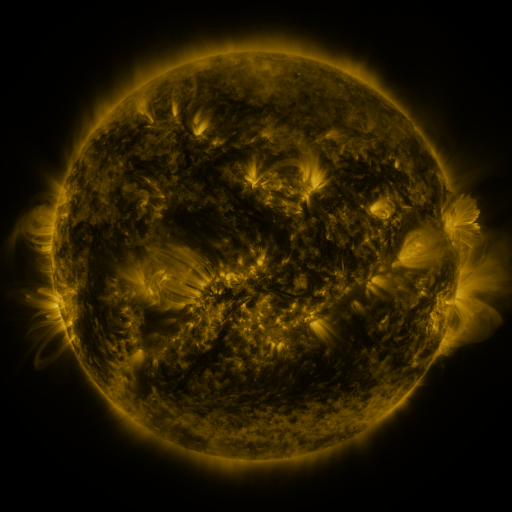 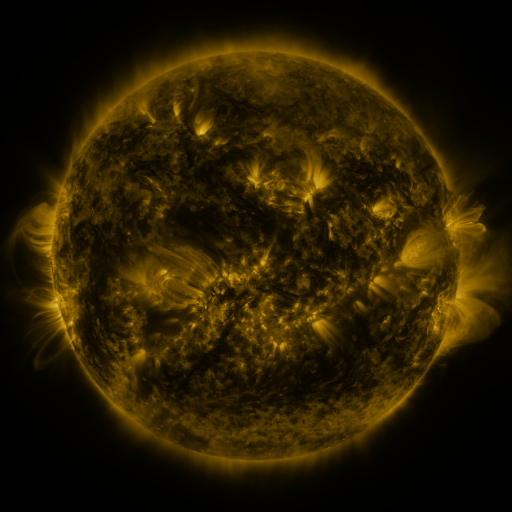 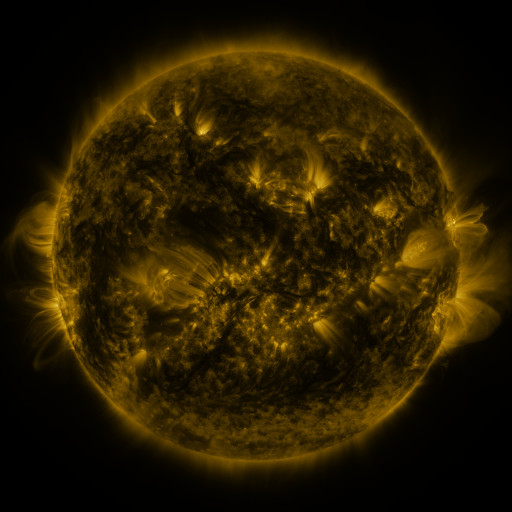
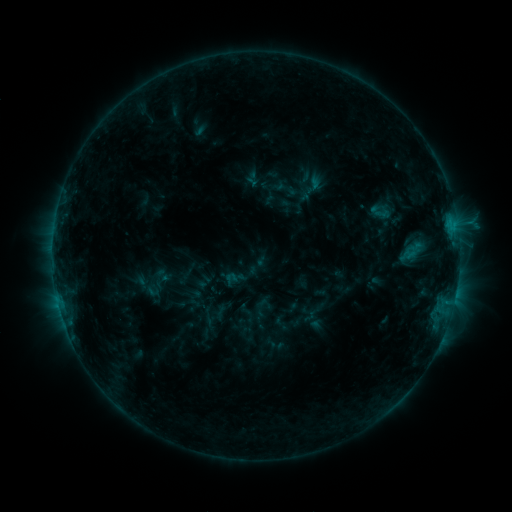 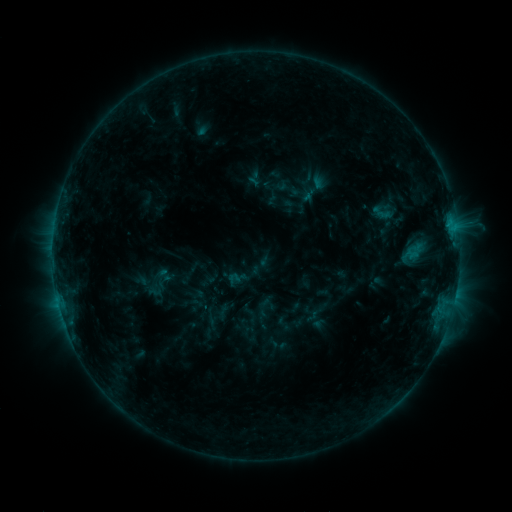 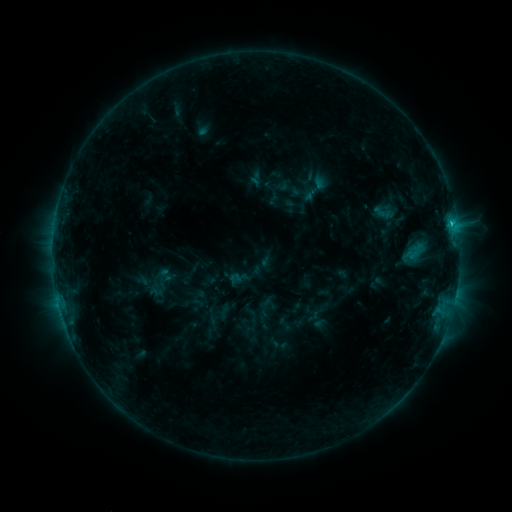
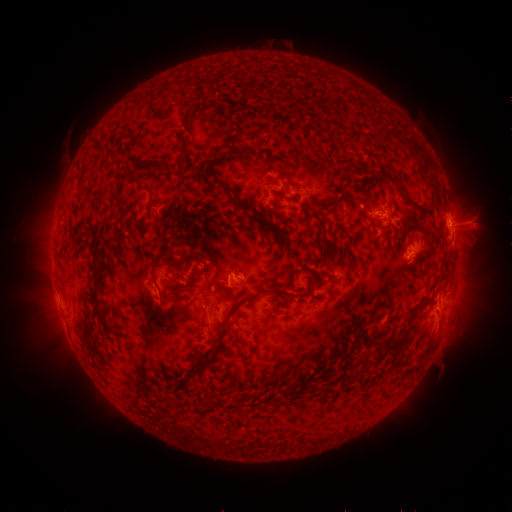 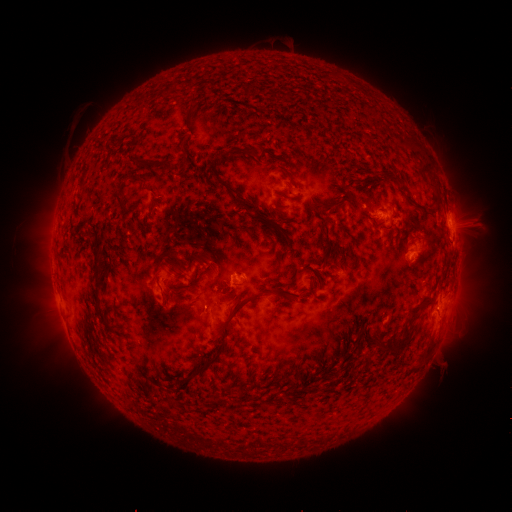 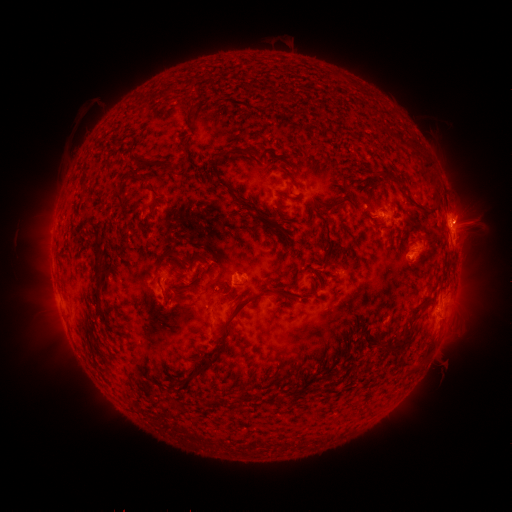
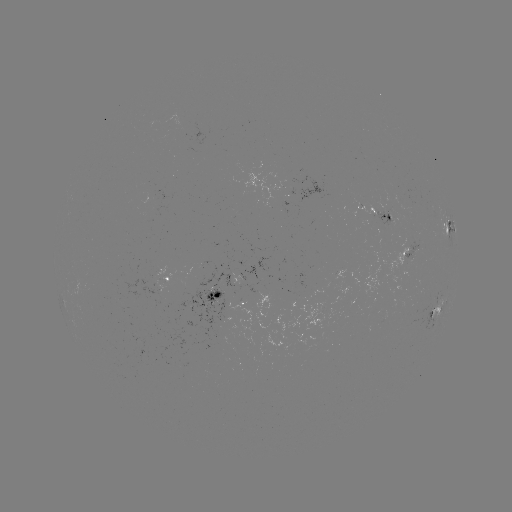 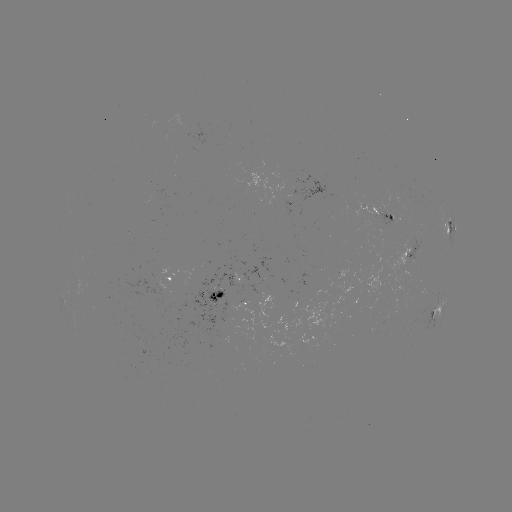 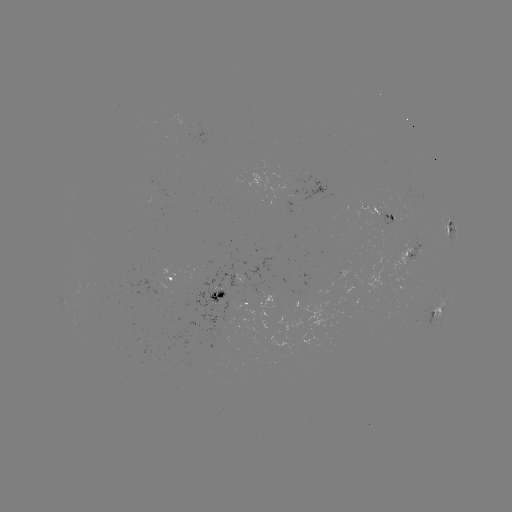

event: emerging-flux region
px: (414, 256)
